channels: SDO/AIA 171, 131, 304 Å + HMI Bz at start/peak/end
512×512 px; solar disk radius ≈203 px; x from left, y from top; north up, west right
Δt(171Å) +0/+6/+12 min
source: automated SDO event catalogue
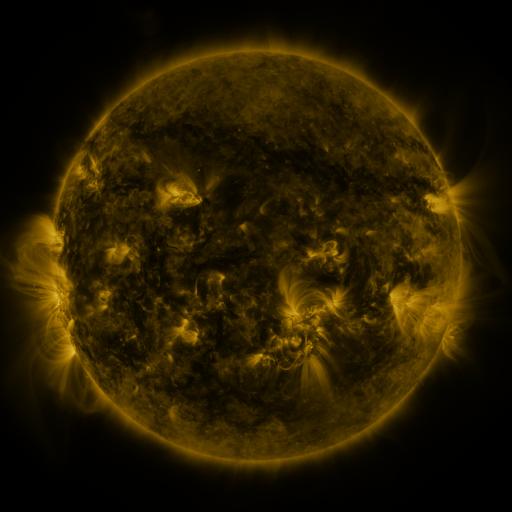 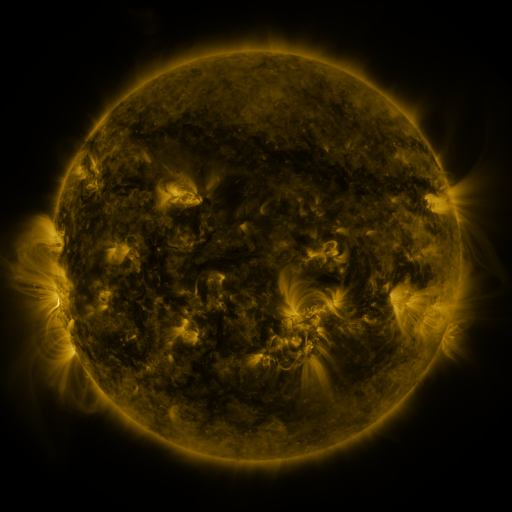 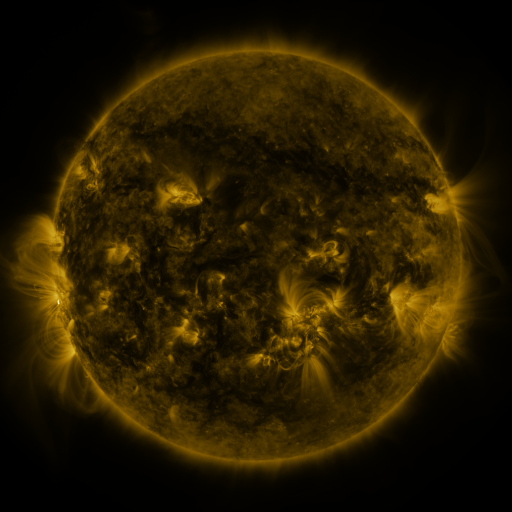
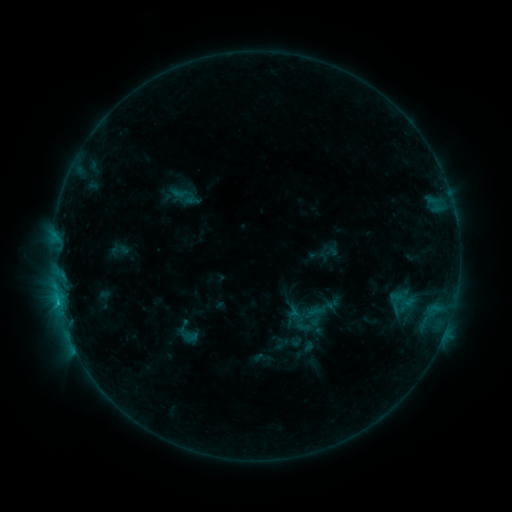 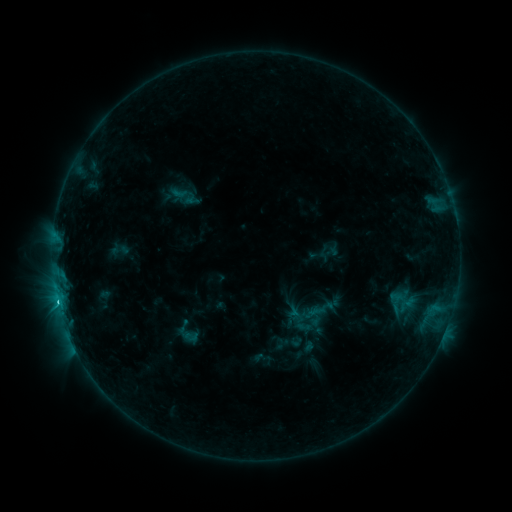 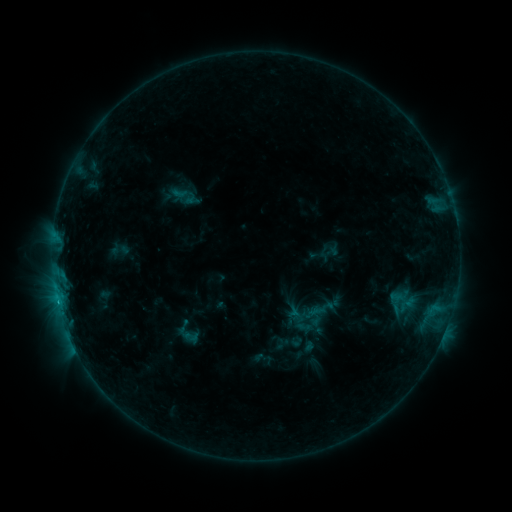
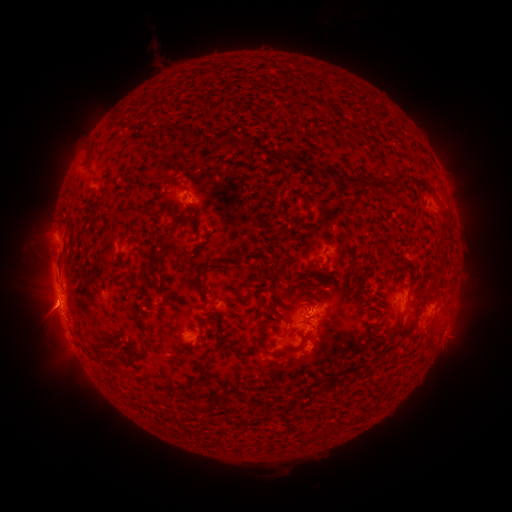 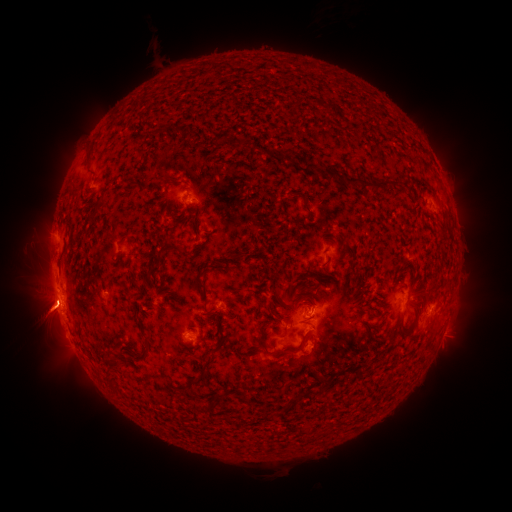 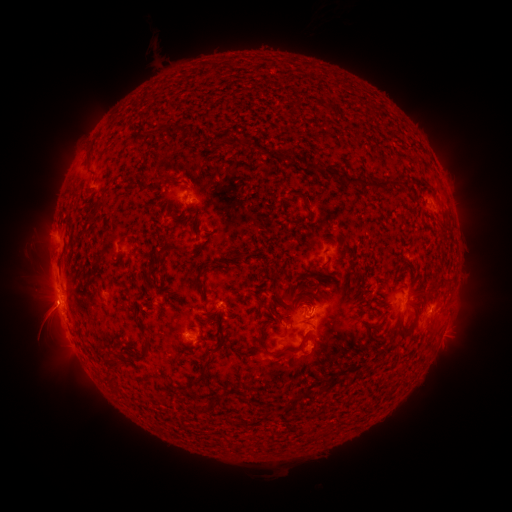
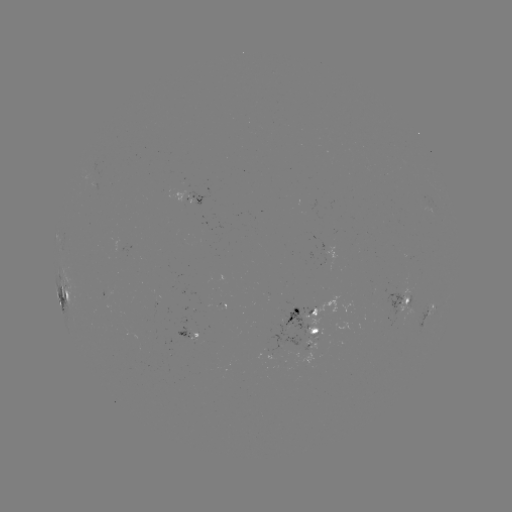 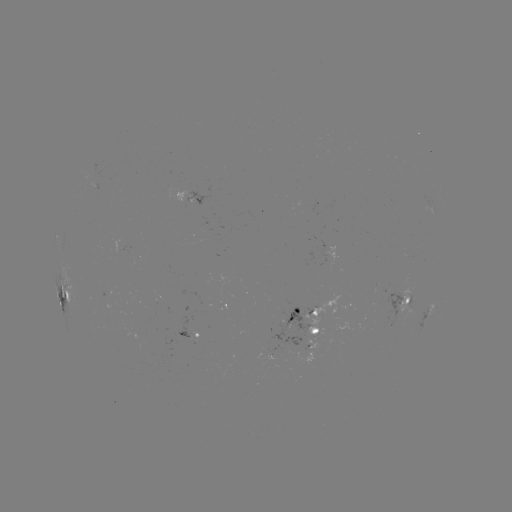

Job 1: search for C1.4 flare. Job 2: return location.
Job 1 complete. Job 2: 59,300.